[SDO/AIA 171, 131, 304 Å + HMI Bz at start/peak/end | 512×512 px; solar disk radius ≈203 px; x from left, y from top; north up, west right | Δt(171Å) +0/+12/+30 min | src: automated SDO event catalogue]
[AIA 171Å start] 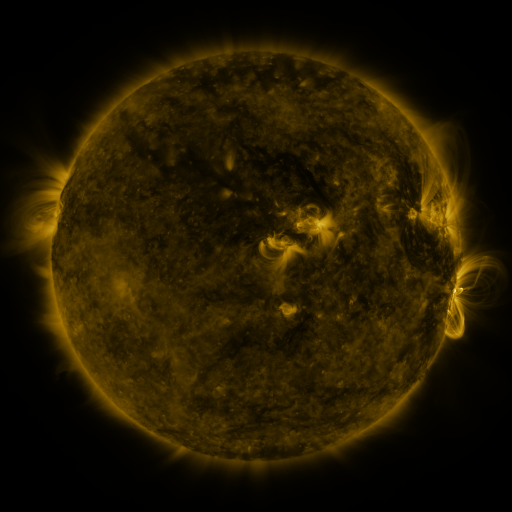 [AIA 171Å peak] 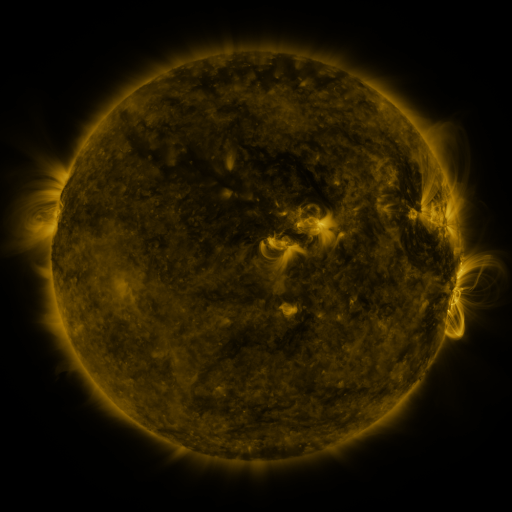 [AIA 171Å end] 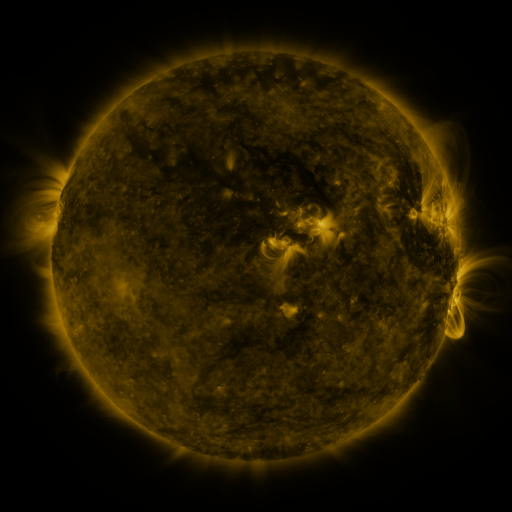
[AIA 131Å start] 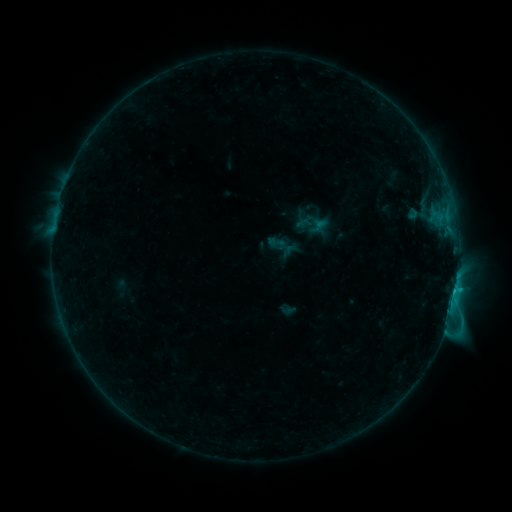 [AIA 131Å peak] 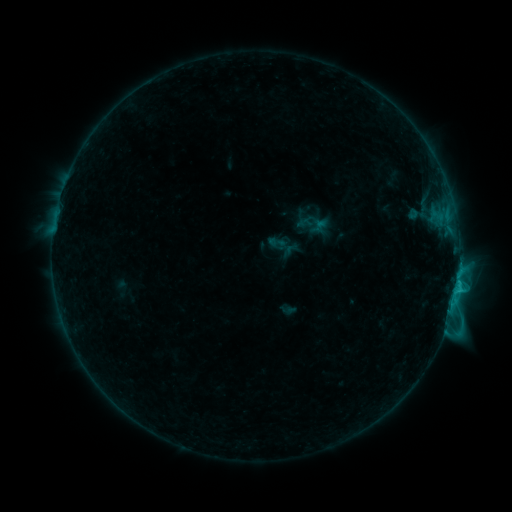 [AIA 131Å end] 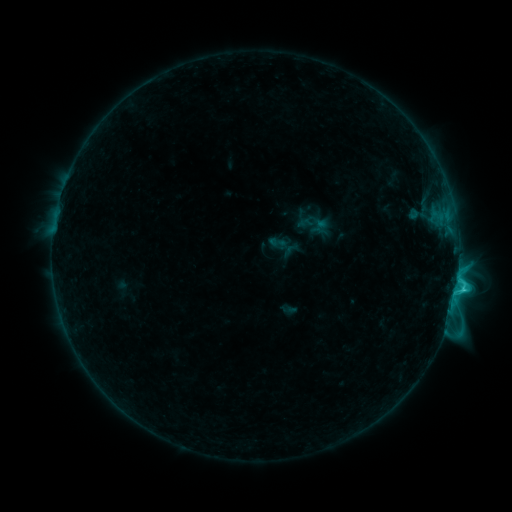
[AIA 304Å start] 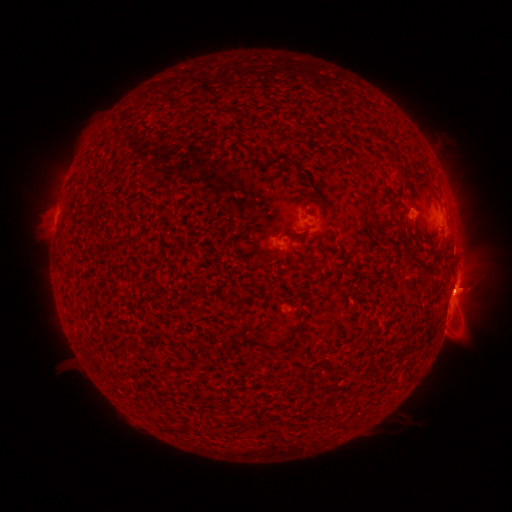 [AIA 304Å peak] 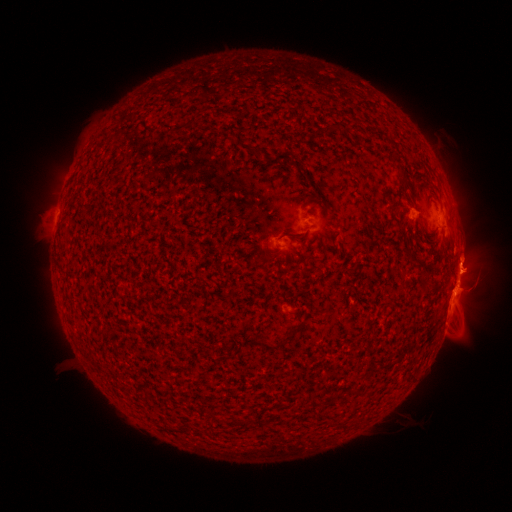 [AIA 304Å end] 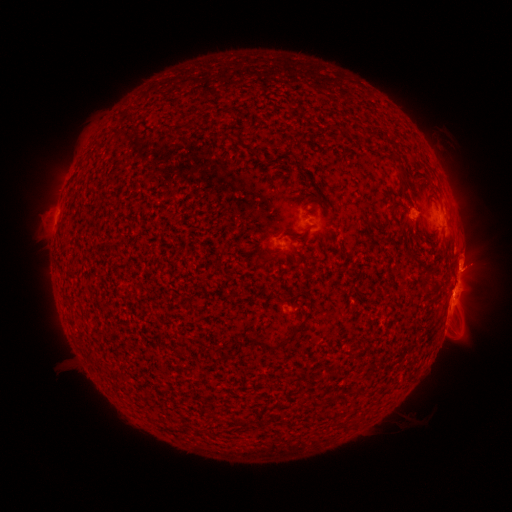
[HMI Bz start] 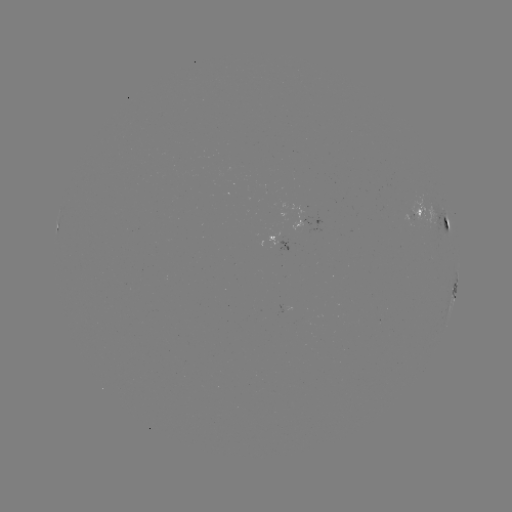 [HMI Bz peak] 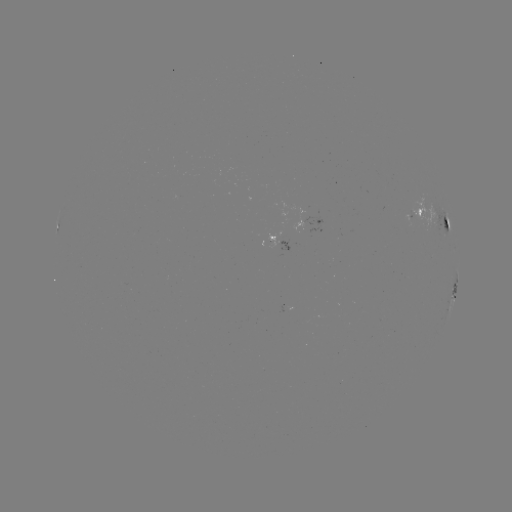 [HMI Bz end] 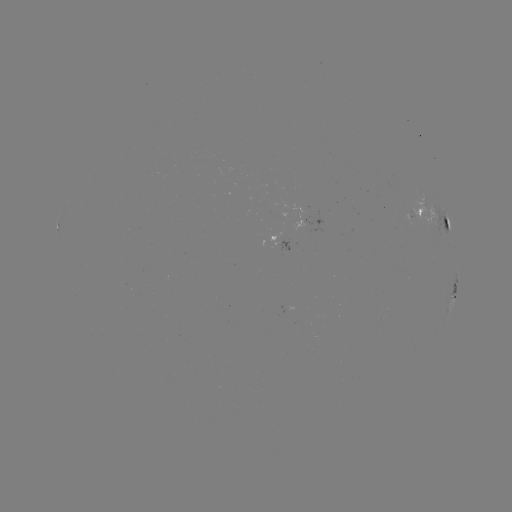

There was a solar eruption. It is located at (466, 264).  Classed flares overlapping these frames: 1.